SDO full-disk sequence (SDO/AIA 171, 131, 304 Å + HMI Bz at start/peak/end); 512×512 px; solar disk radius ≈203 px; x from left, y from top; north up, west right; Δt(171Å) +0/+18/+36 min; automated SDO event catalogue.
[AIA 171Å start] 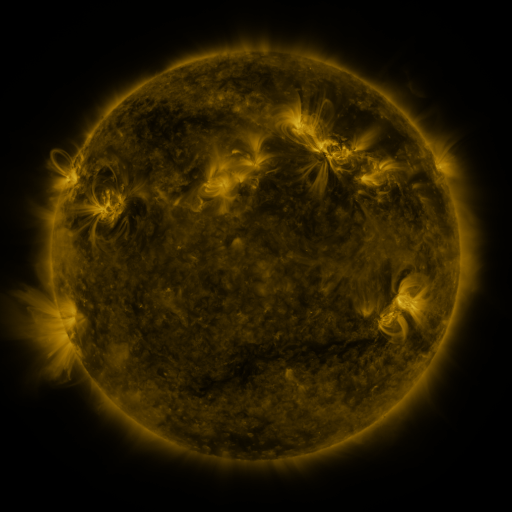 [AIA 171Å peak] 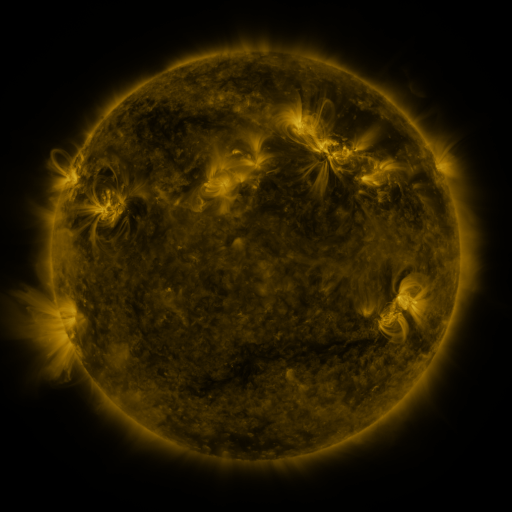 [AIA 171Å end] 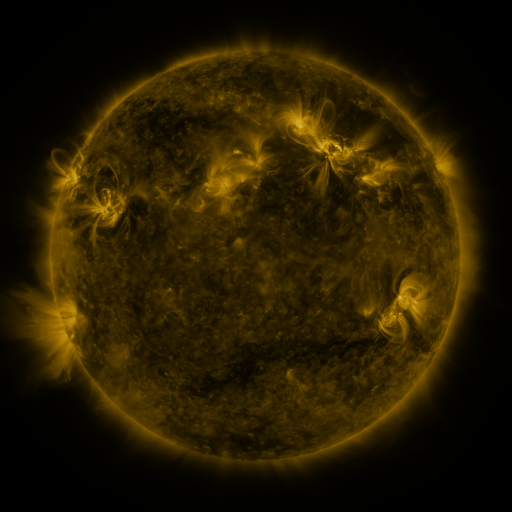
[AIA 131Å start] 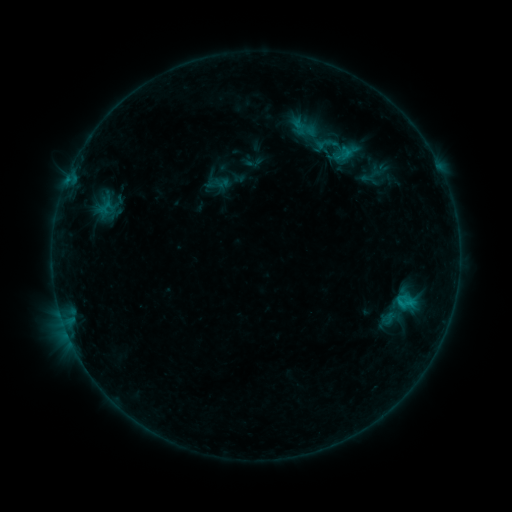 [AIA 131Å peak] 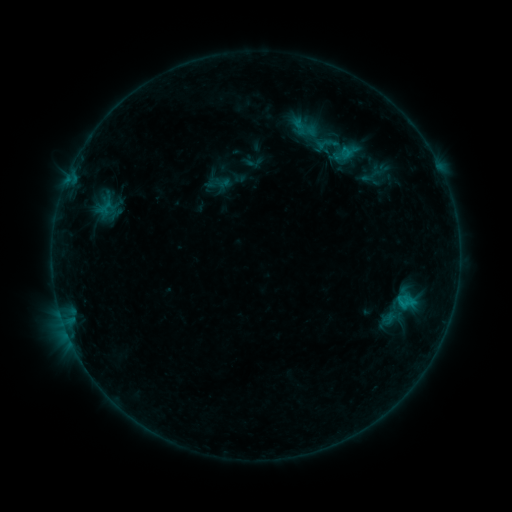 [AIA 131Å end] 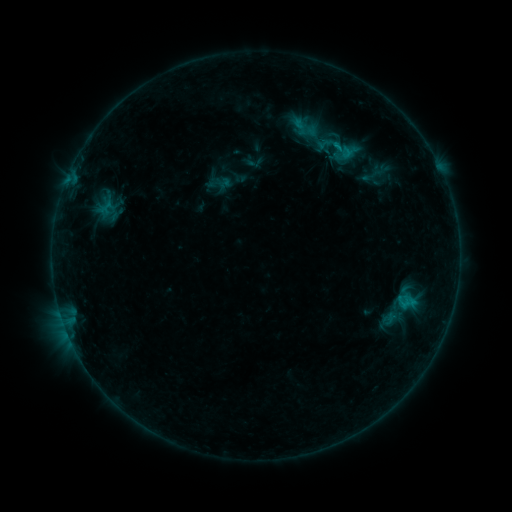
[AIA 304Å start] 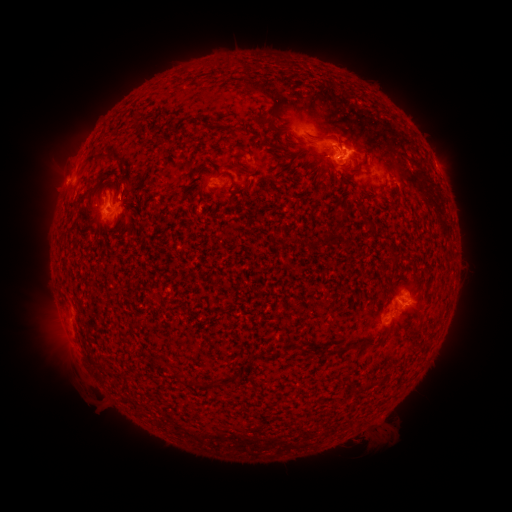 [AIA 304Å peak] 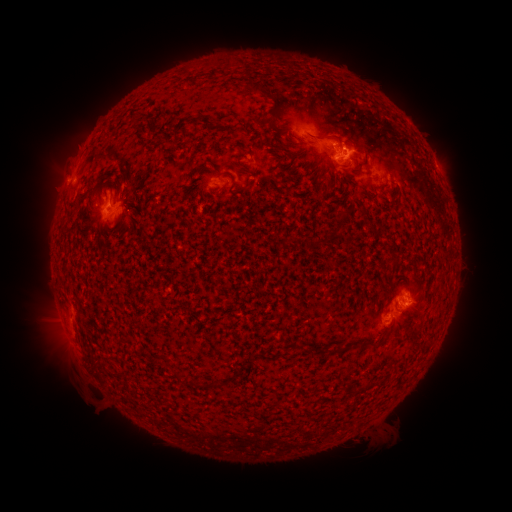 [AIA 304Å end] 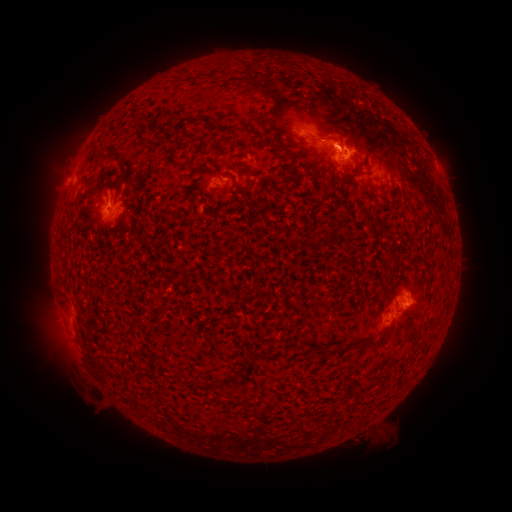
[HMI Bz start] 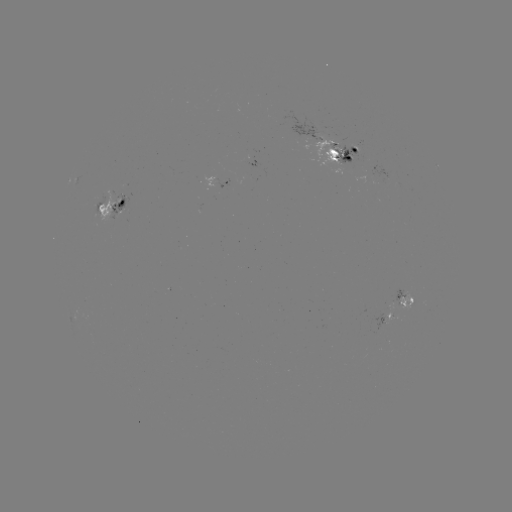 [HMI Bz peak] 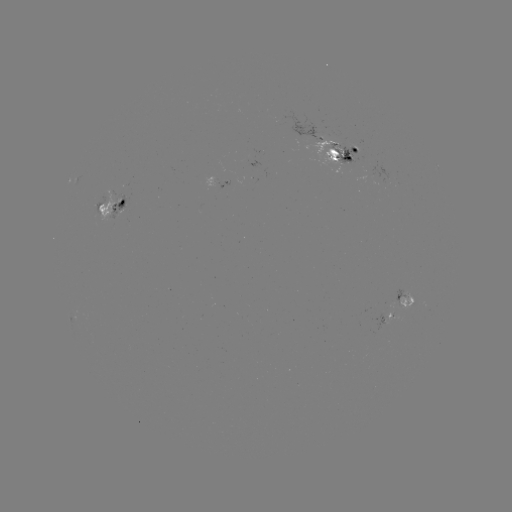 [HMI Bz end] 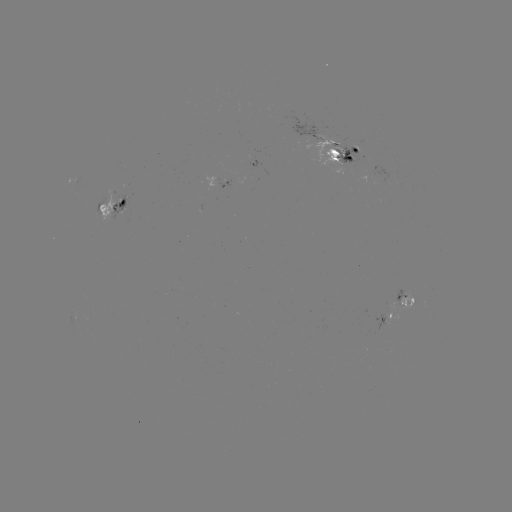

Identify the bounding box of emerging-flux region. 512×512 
[355, 172, 374, 184].